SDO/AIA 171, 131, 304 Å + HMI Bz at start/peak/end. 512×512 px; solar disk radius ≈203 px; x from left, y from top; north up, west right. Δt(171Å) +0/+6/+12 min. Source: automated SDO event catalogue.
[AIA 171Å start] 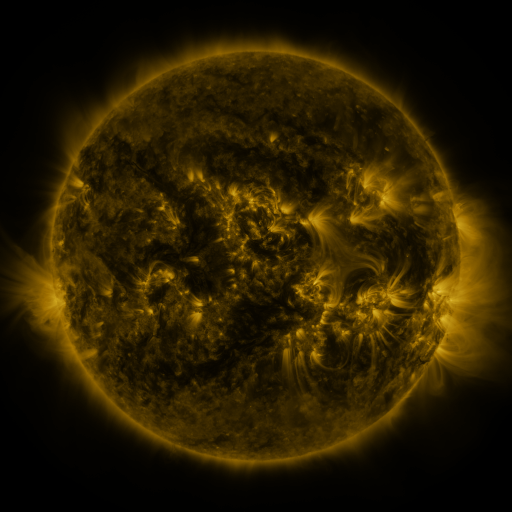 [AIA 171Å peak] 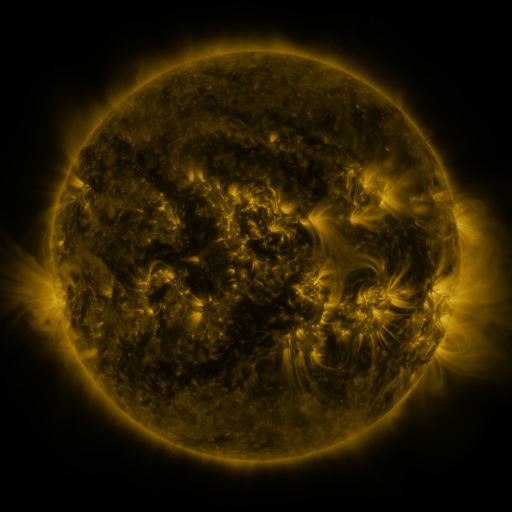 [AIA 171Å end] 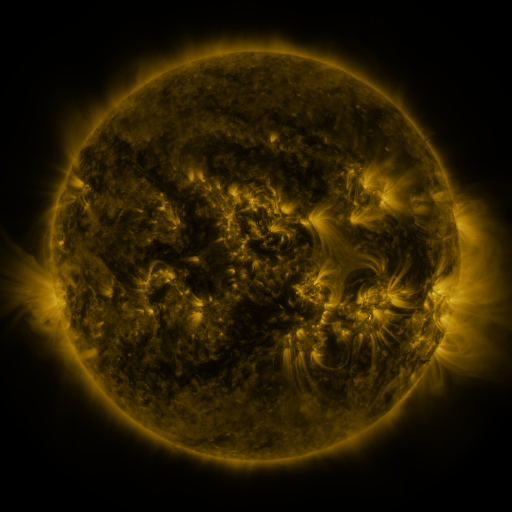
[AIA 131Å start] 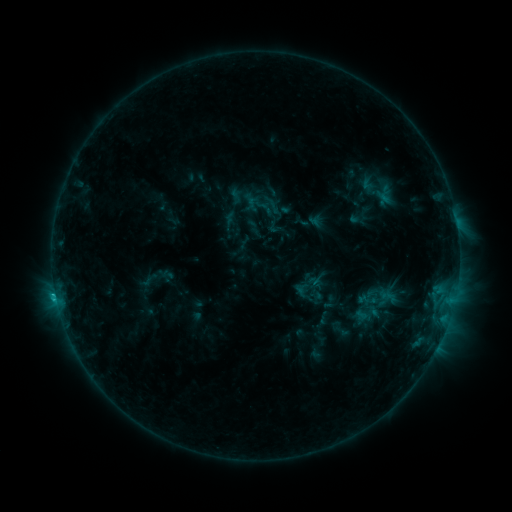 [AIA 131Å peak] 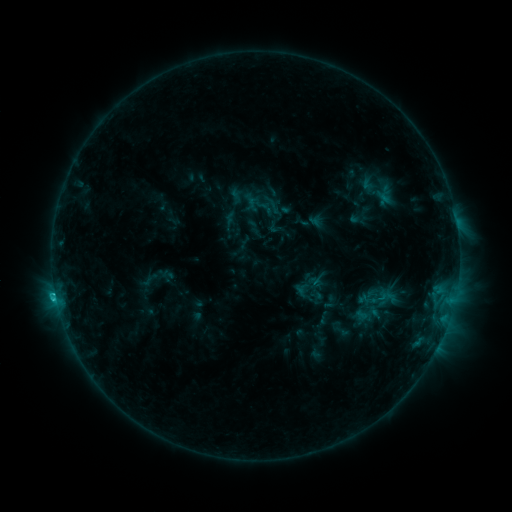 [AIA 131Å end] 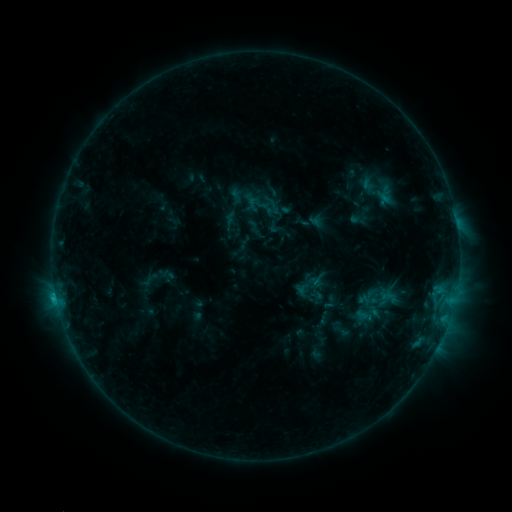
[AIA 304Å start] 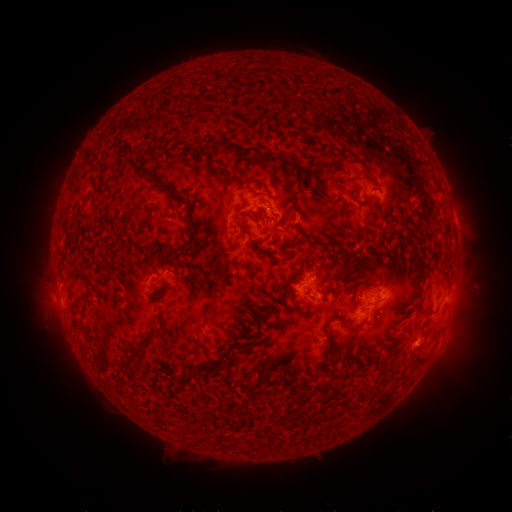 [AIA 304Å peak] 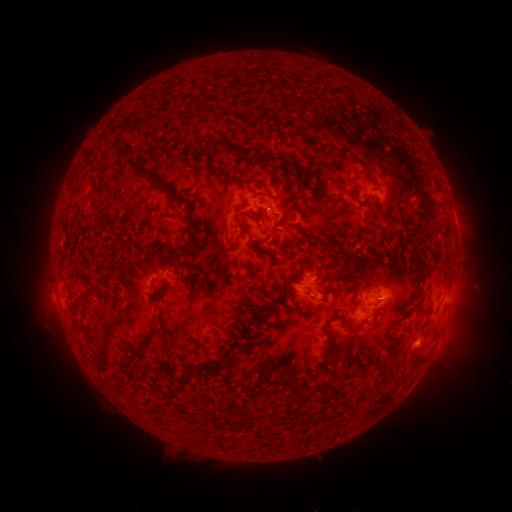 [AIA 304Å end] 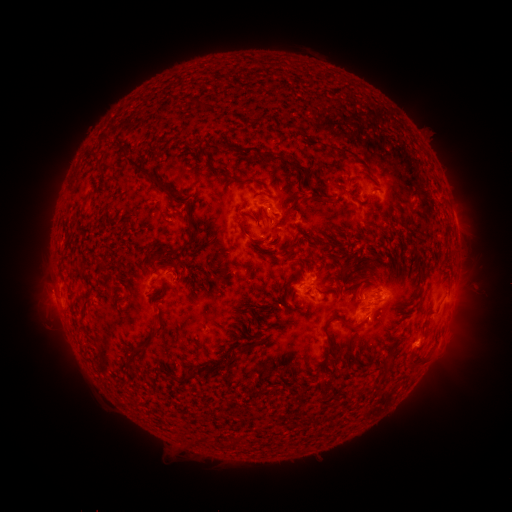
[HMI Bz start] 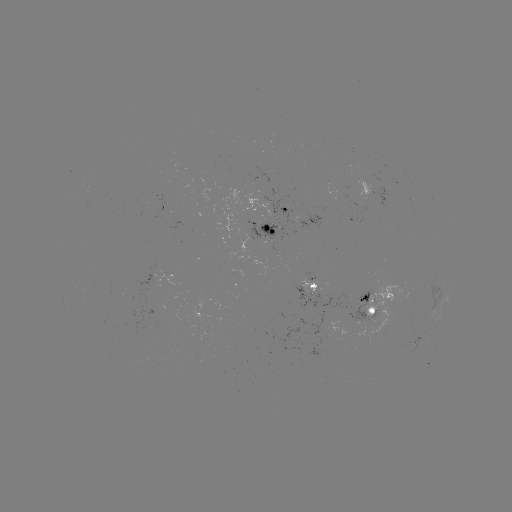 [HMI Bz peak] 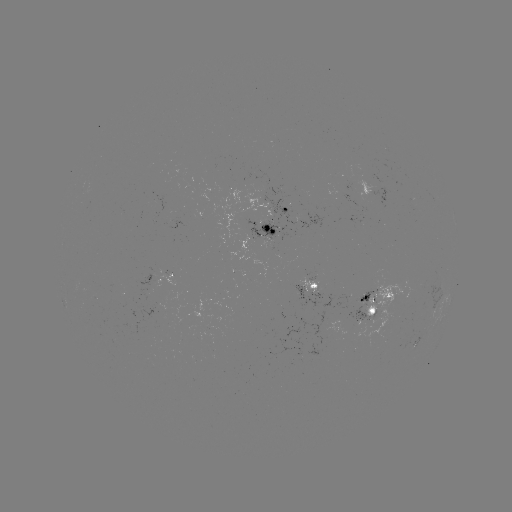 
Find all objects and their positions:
C1.5 flare: (55, 291)
